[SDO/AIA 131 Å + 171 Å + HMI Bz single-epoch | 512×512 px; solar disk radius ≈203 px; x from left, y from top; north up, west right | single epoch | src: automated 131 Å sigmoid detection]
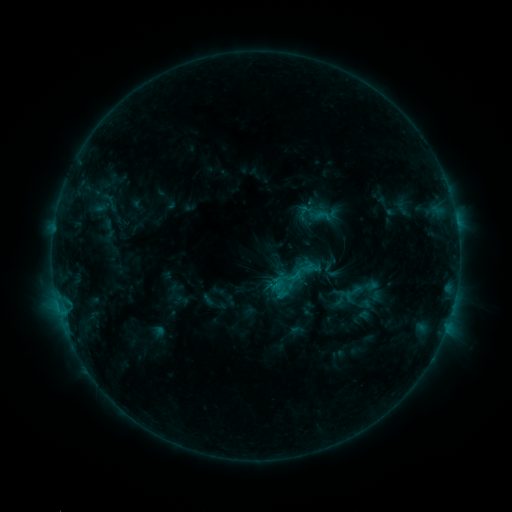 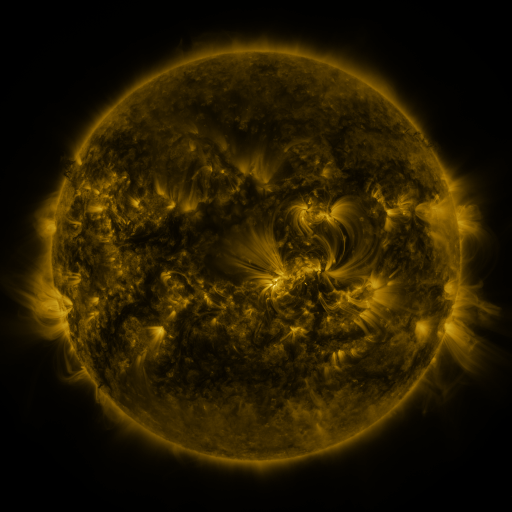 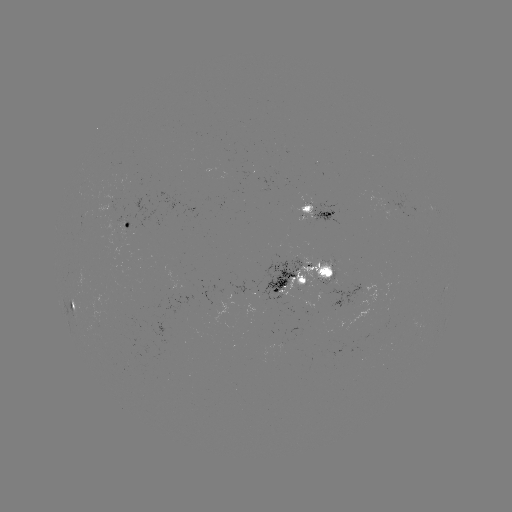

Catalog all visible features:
sigmoid: (321, 215)
sigmoid: (294, 278)
